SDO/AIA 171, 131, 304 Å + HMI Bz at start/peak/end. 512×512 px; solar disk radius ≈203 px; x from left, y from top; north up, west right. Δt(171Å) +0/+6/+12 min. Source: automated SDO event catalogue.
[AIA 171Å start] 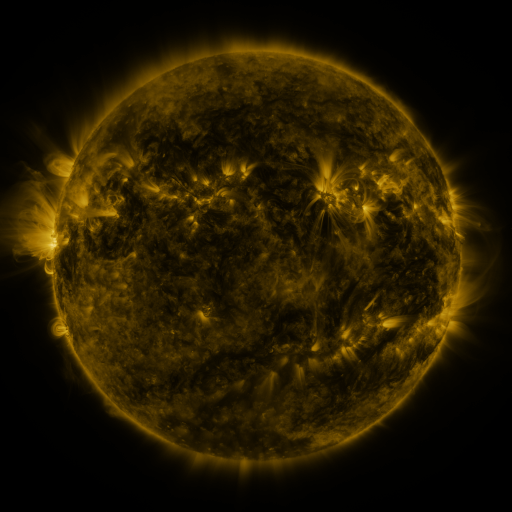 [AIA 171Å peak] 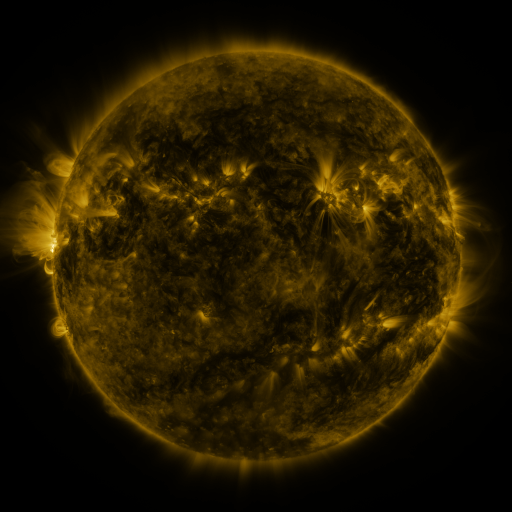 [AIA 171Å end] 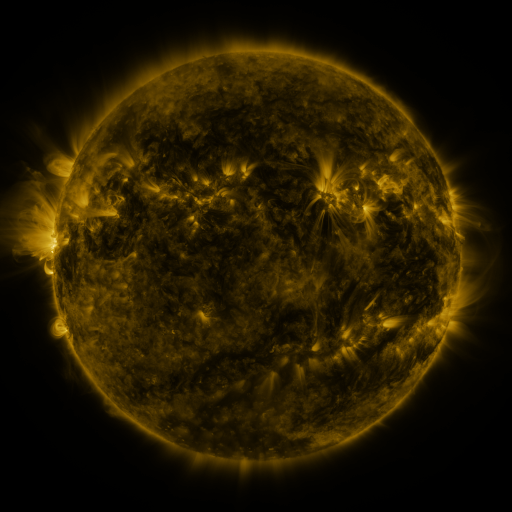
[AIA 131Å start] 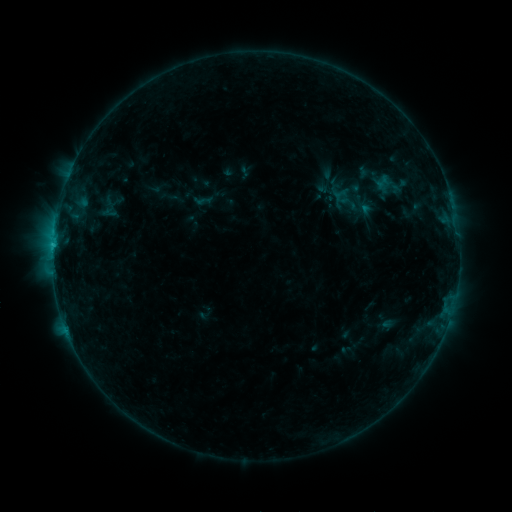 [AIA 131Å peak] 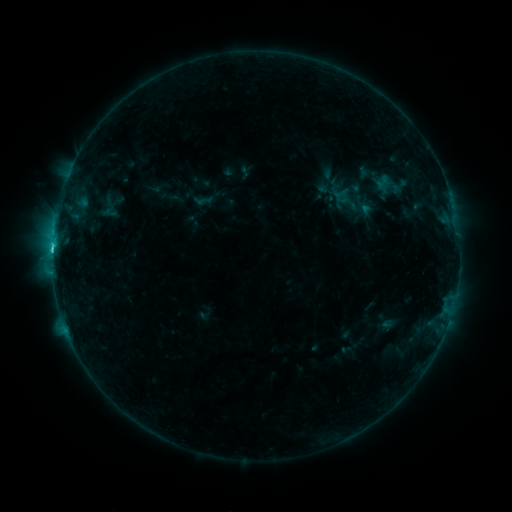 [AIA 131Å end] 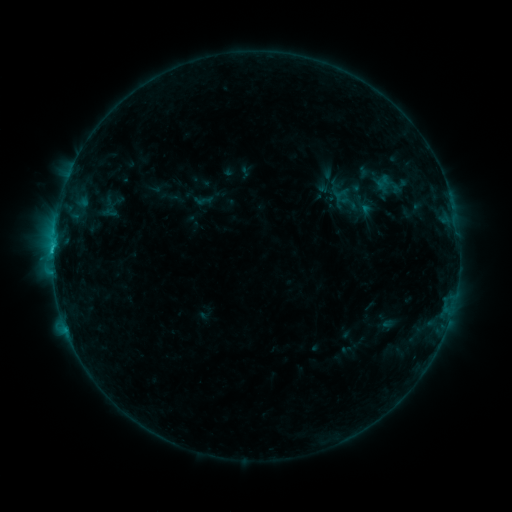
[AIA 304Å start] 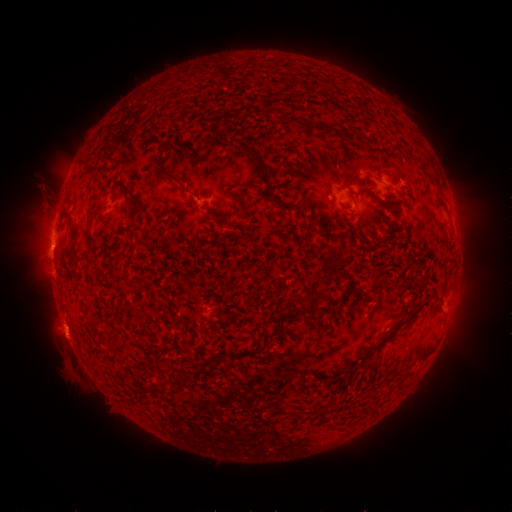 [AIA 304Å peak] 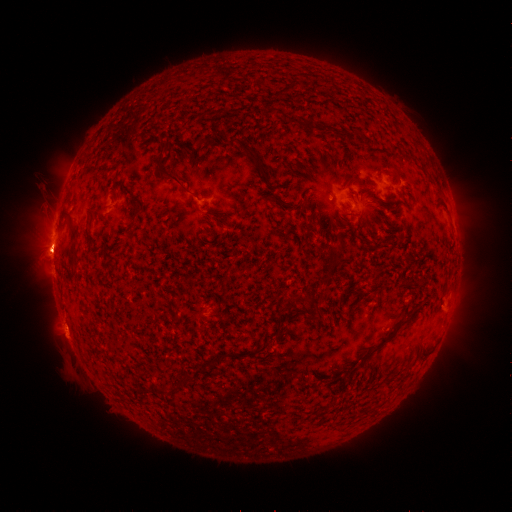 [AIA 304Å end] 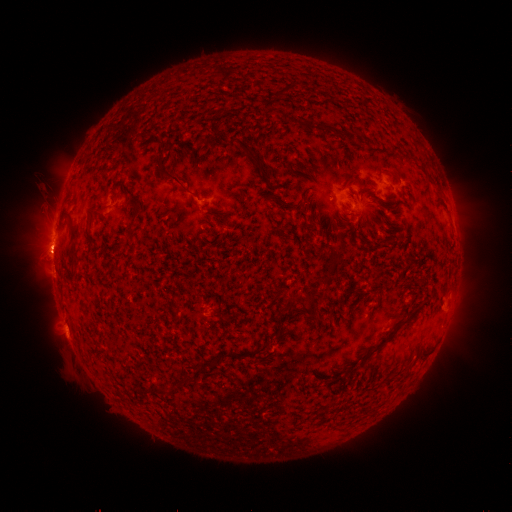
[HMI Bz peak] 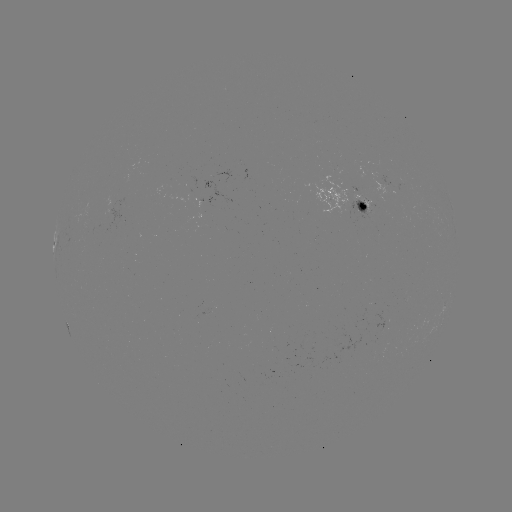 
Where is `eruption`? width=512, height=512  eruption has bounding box [21, 217, 69, 284].